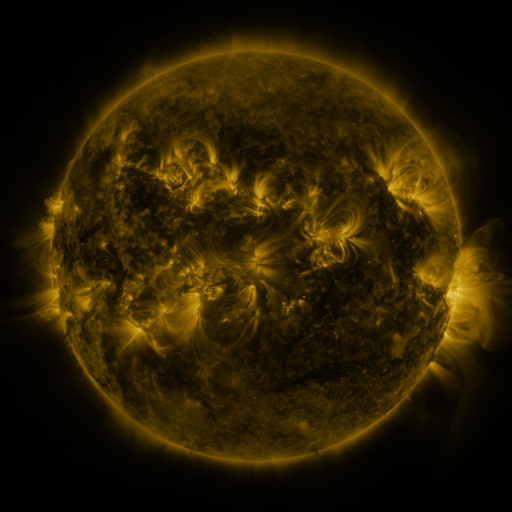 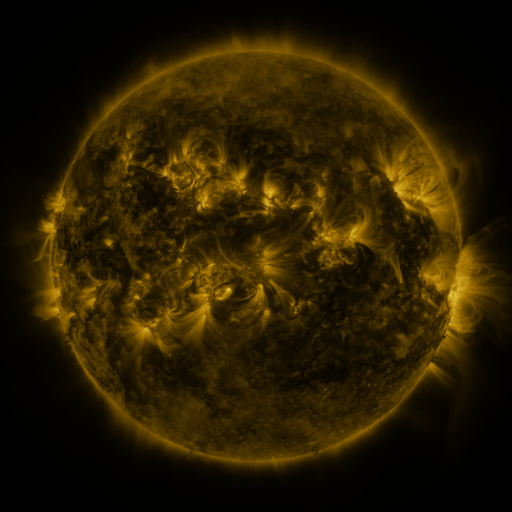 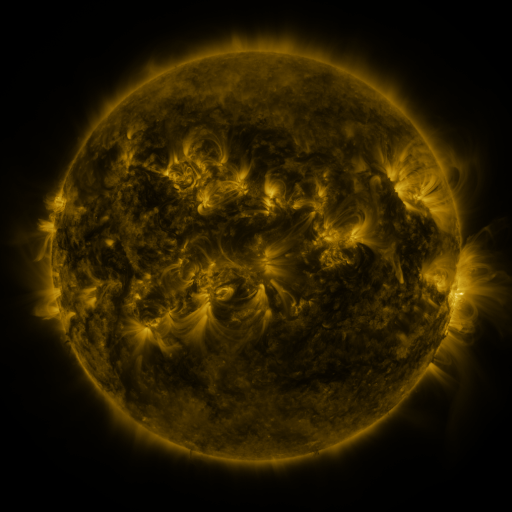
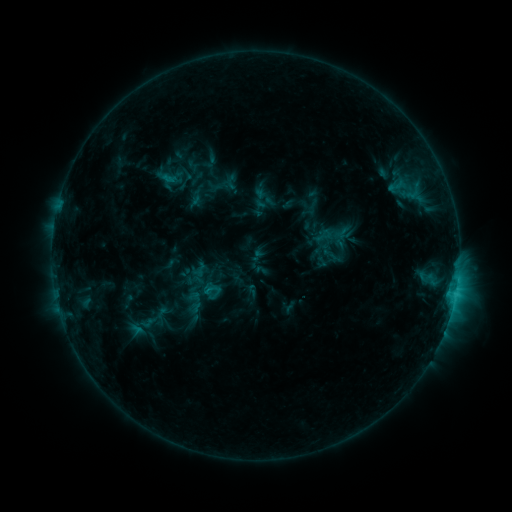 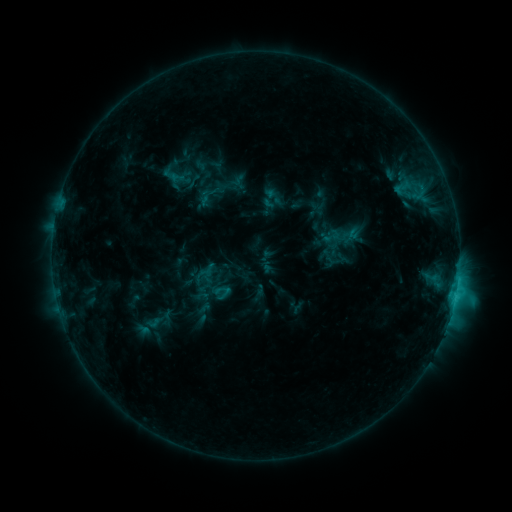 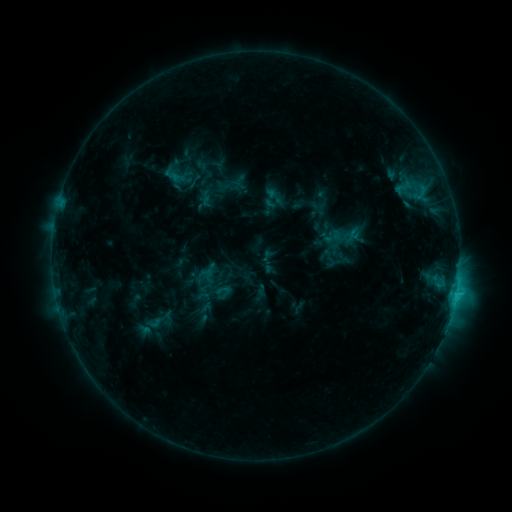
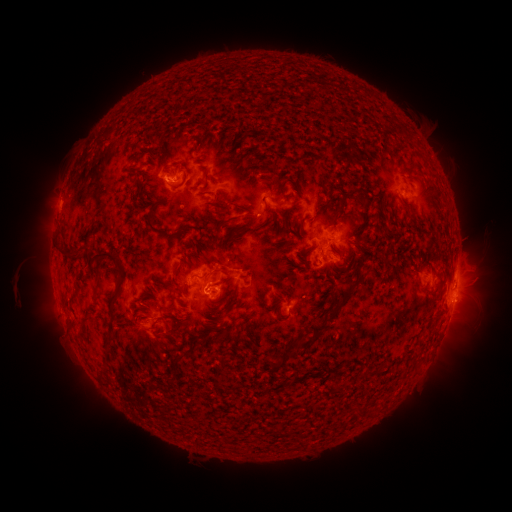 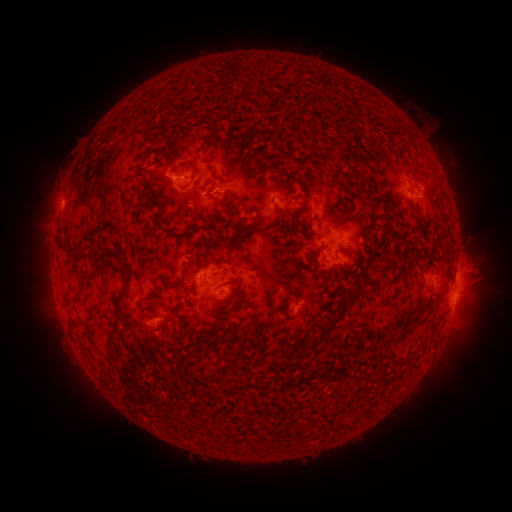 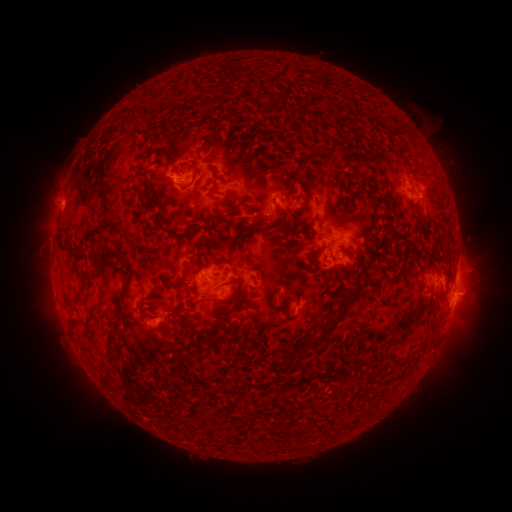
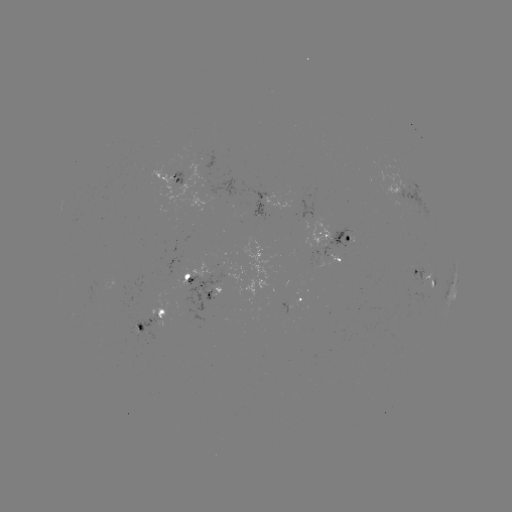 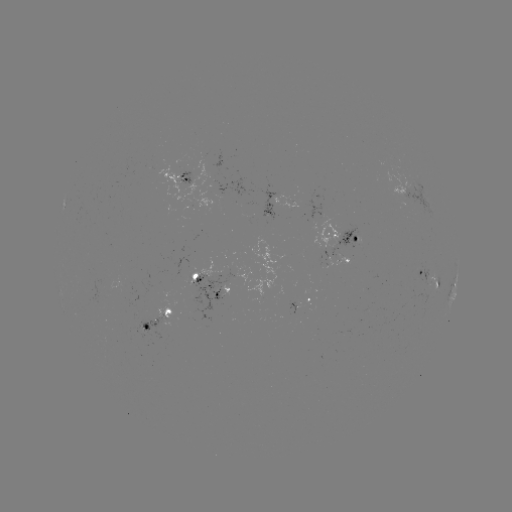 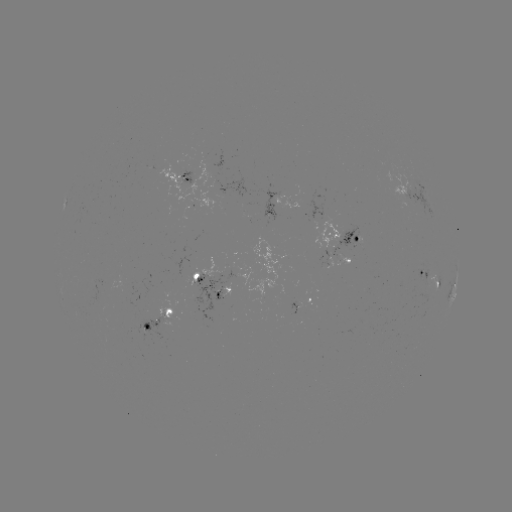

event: emerging-flux region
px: (295, 304)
